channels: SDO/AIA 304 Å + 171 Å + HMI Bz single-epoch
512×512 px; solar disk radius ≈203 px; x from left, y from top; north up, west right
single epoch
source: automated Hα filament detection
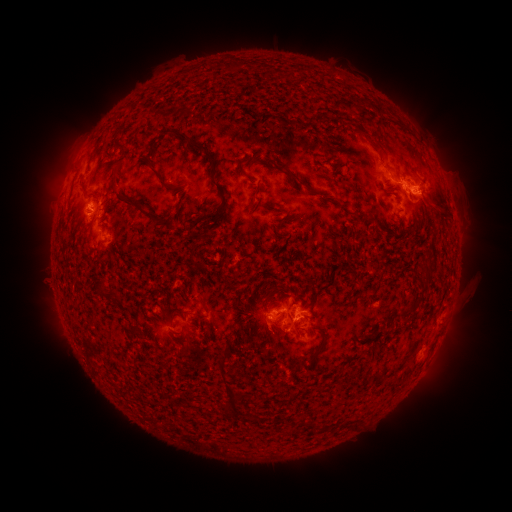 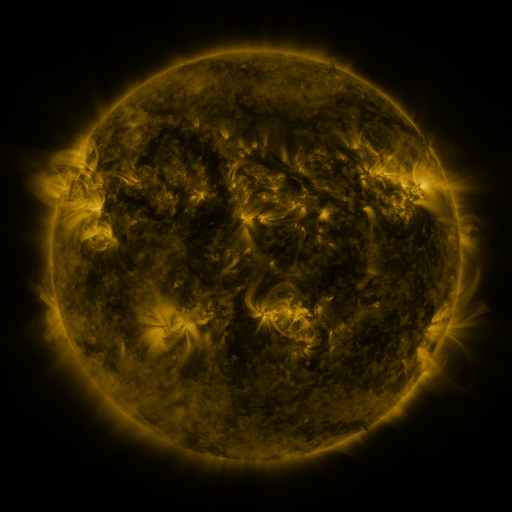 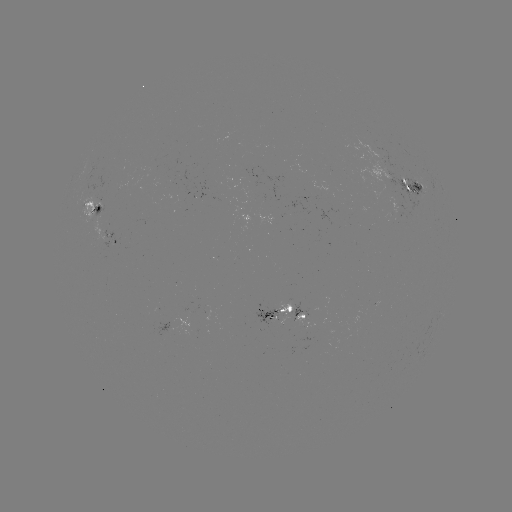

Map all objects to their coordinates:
filament: (232, 67)
filament: (379, 109)
filament: (114, 138)
filament: (377, 146)
filament: (240, 171)
filament: (114, 174)
filament: (295, 177)
filament: (162, 181)
filament: (214, 183)
filament: (85, 193)
filament: (145, 213)
filament: (280, 236)
filament: (198, 265)
filament: (428, 276)
filament: (100, 289)
filament: (204, 305)
filament: (132, 332)
filament: (222, 358)
filament: (236, 397)
